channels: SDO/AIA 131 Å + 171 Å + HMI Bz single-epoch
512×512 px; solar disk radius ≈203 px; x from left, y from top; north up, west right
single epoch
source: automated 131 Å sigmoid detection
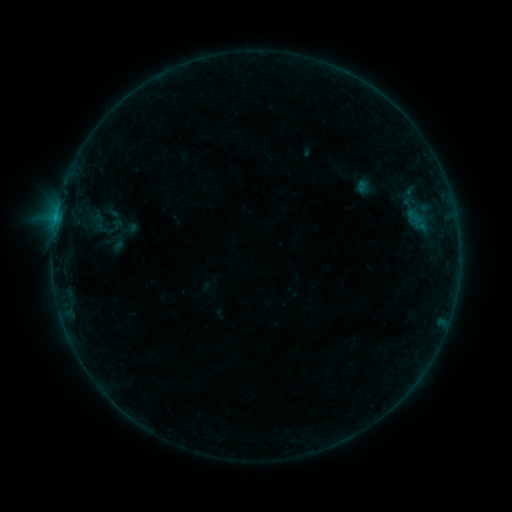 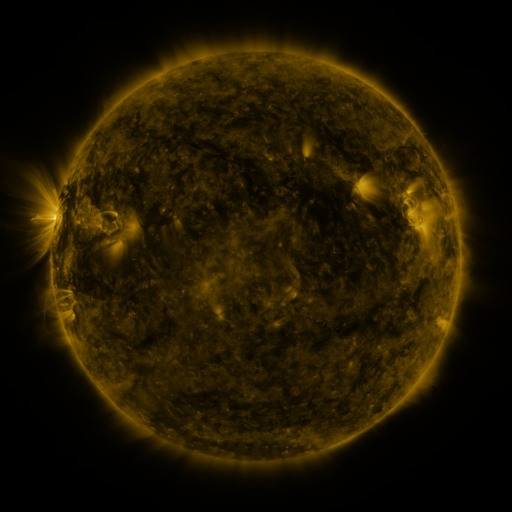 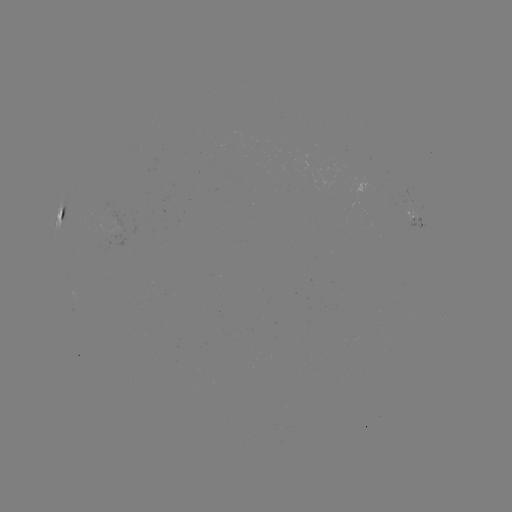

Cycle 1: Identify sigmoid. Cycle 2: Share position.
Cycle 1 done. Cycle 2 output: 99,223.